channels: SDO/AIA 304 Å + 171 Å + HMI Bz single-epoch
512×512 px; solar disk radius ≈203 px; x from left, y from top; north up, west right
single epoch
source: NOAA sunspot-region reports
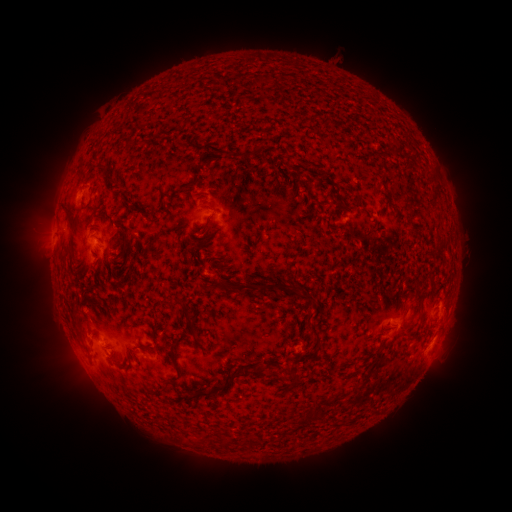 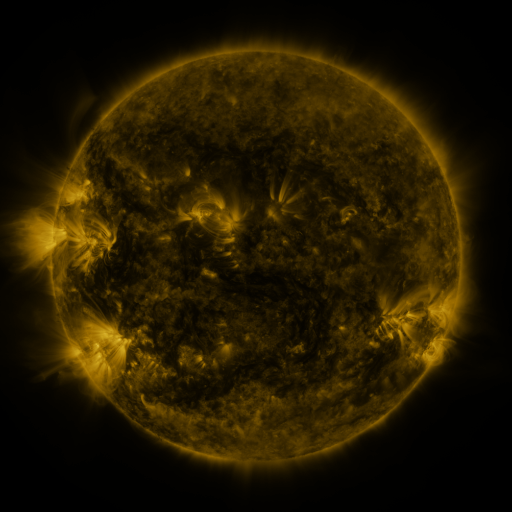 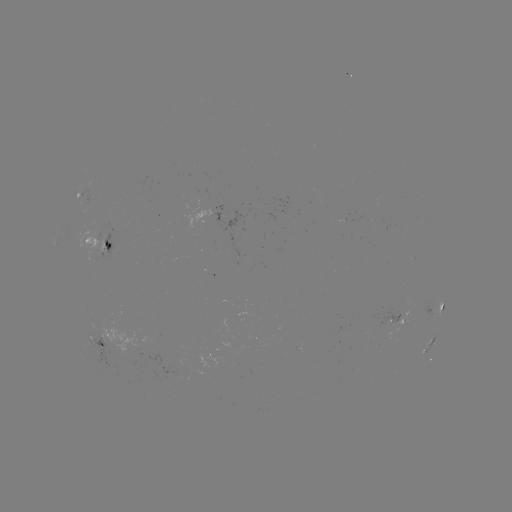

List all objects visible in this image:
spotted active region: (101, 247)
spotted active region: (442, 306)
spotted active region: (398, 321)
spotted active region: (433, 339)
spotted active region: (106, 342)
